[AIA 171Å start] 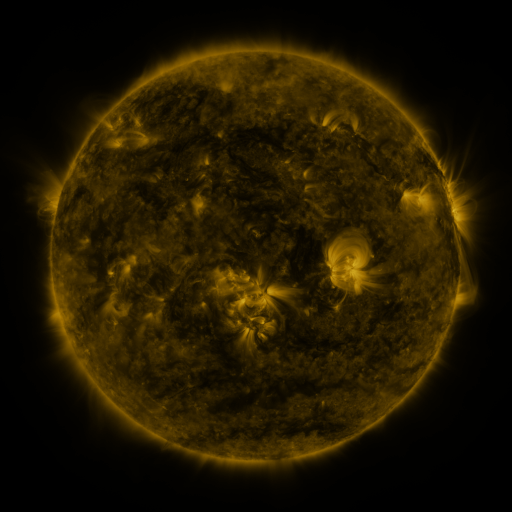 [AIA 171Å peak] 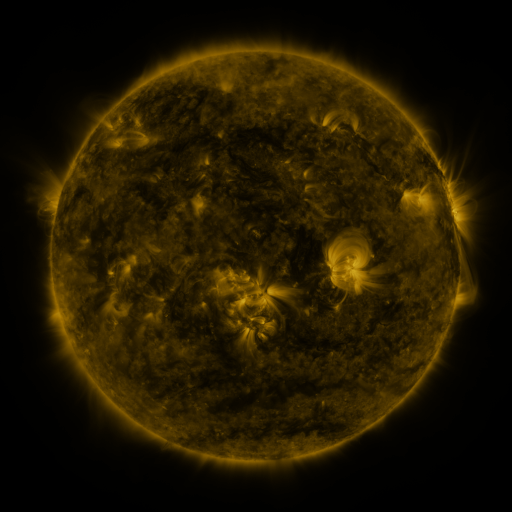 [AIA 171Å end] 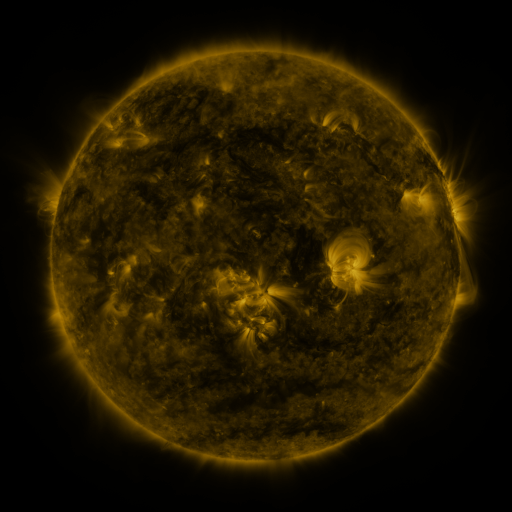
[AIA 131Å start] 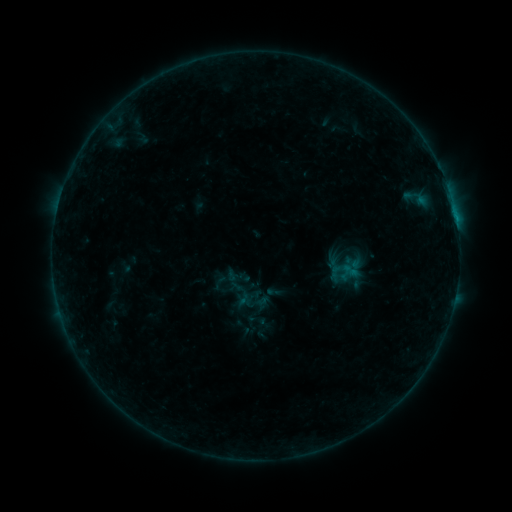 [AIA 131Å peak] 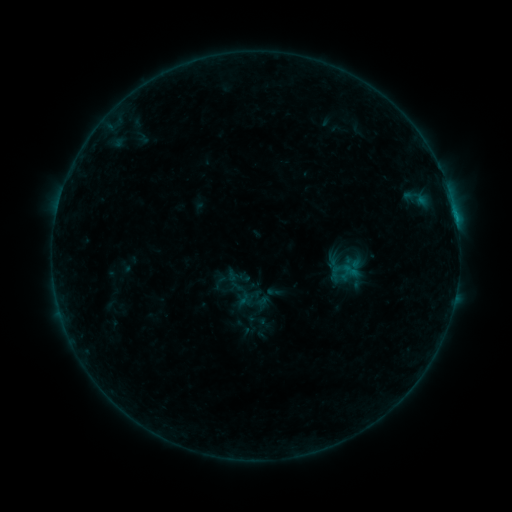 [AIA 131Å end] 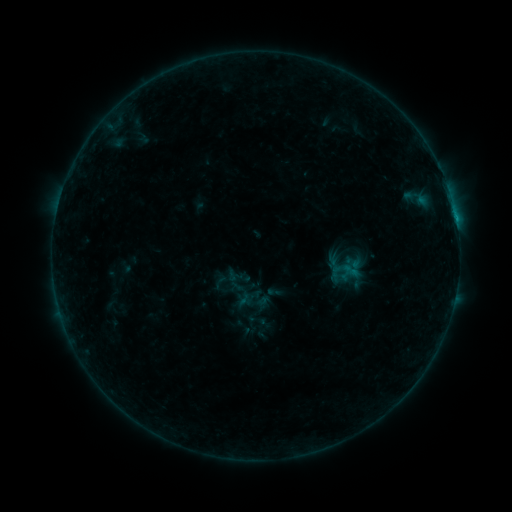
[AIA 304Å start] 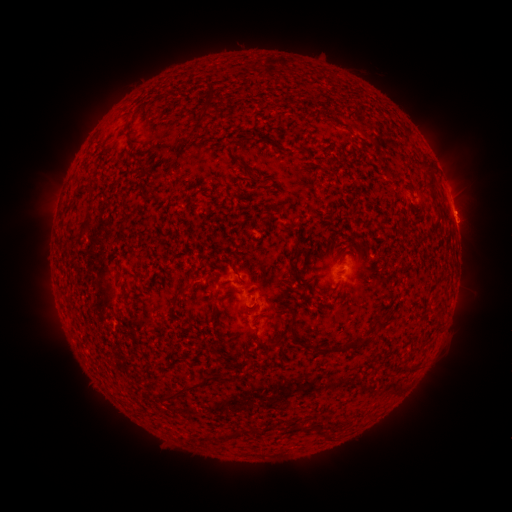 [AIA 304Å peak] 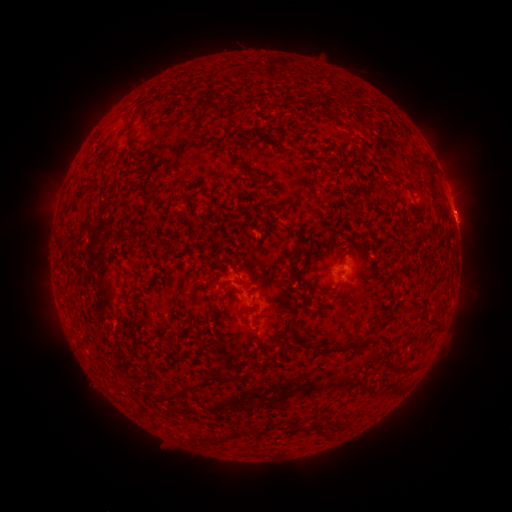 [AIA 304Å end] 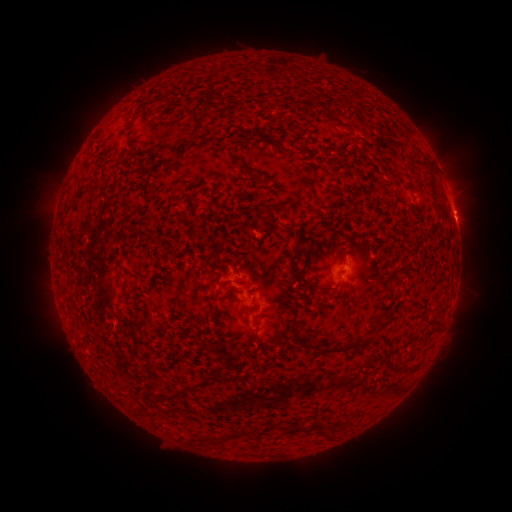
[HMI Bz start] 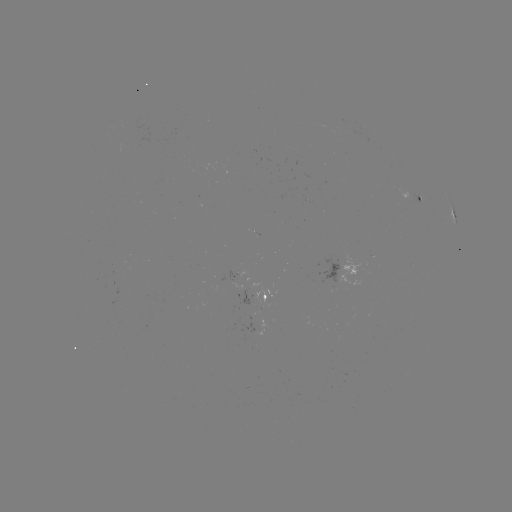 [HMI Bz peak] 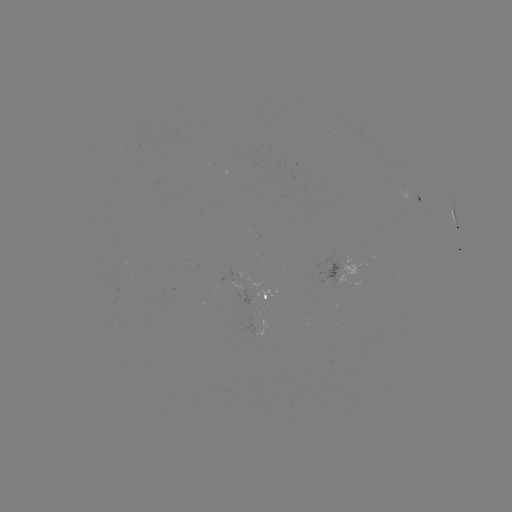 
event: flare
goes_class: B5.6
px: (455, 216)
